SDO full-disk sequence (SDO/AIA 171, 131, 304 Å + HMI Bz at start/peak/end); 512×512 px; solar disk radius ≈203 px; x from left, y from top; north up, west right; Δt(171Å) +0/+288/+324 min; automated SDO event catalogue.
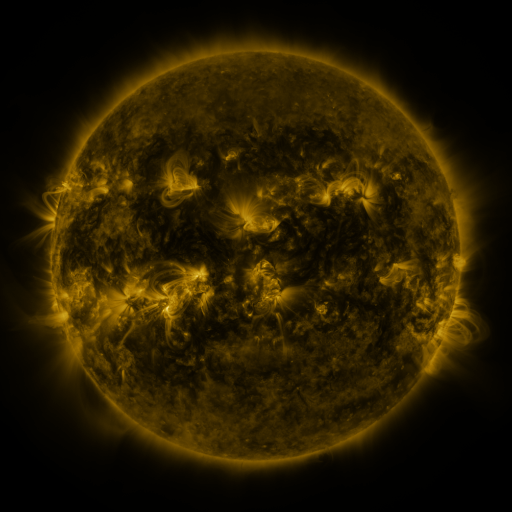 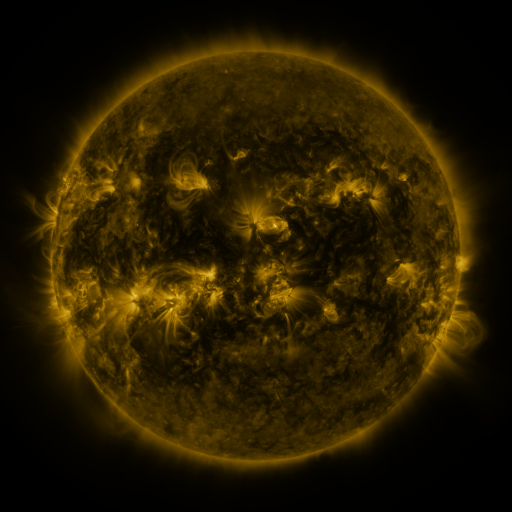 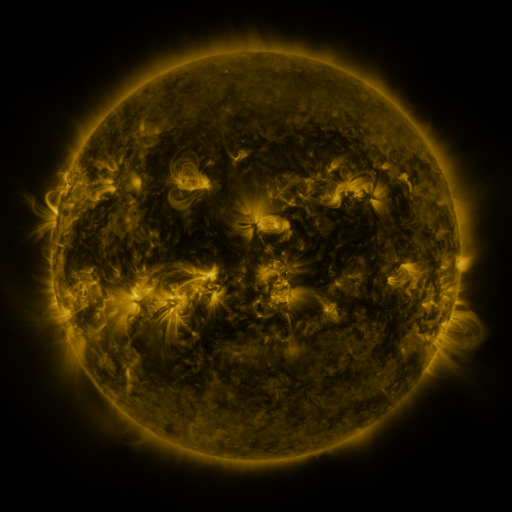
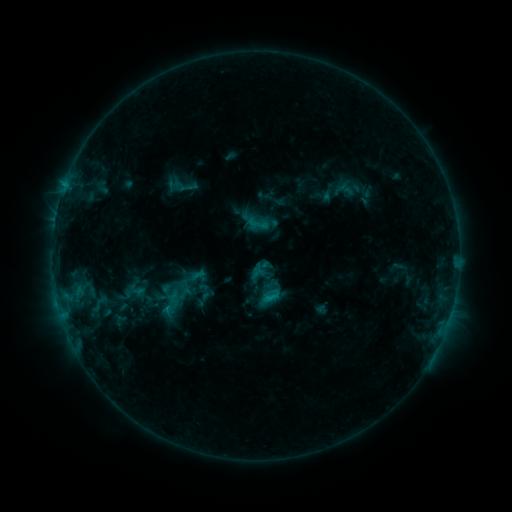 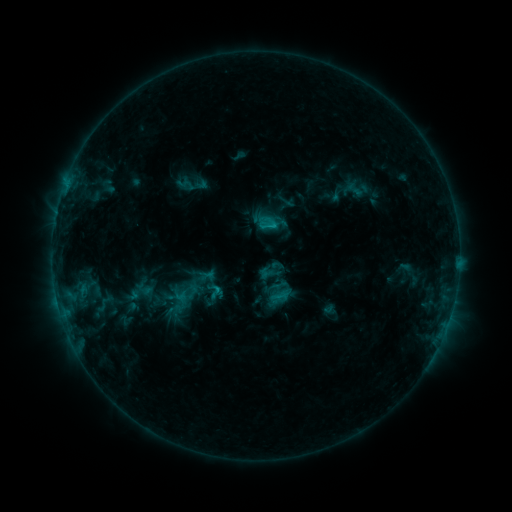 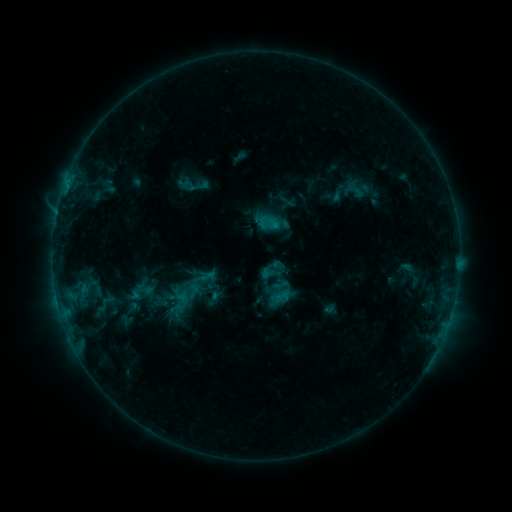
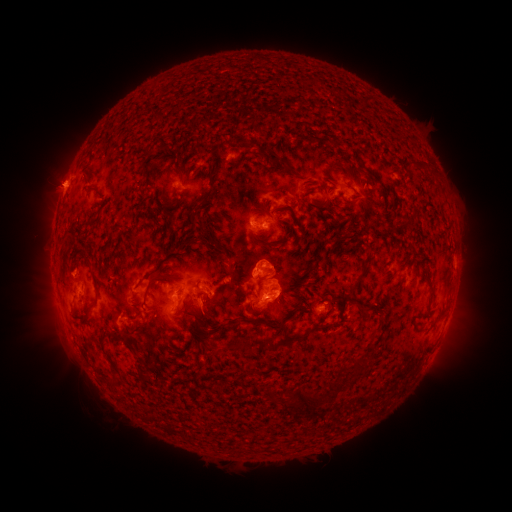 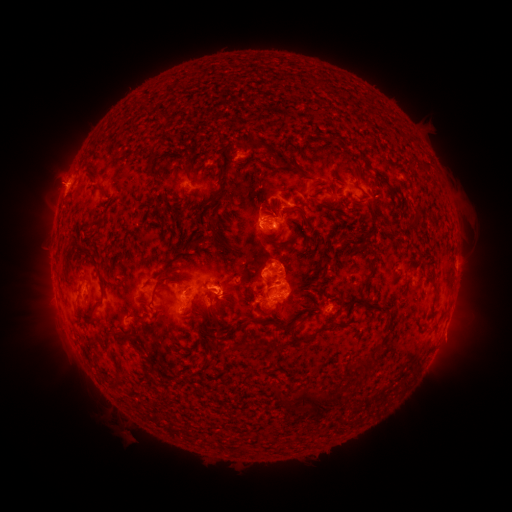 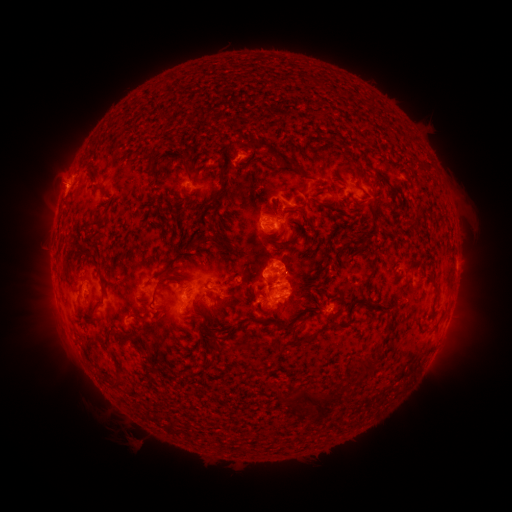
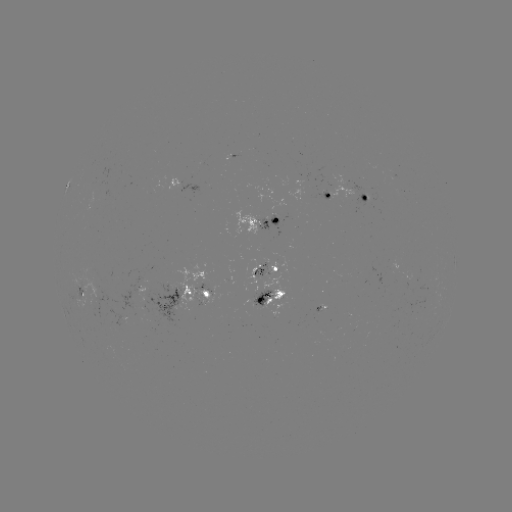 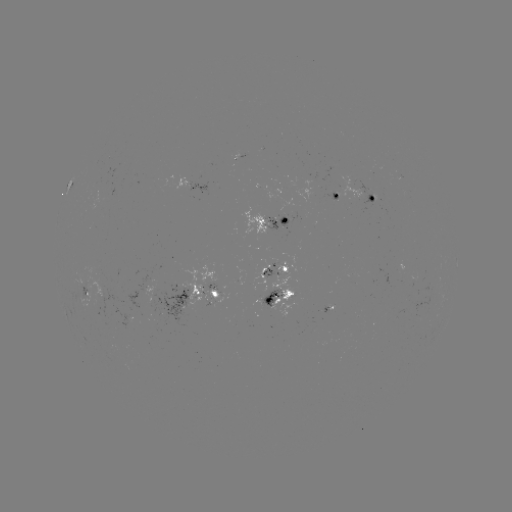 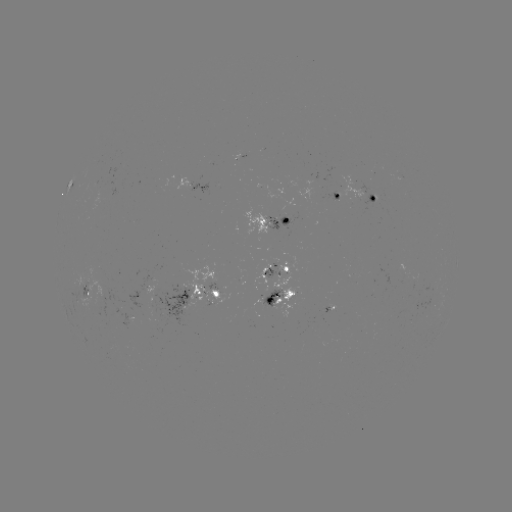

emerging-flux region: <bbox>253, 260, 268, 296</bbox>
